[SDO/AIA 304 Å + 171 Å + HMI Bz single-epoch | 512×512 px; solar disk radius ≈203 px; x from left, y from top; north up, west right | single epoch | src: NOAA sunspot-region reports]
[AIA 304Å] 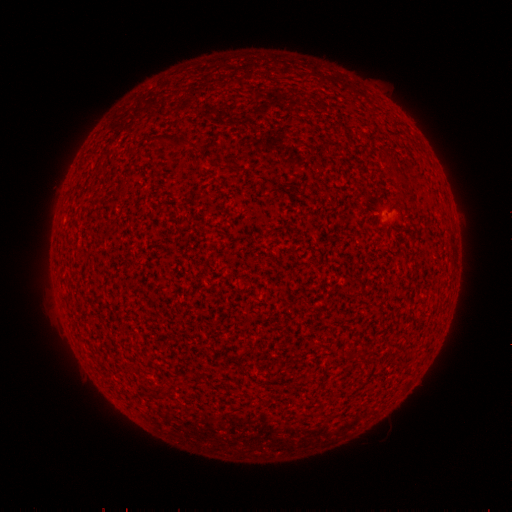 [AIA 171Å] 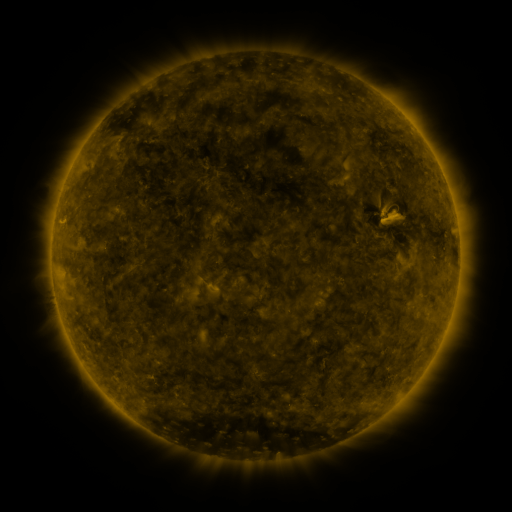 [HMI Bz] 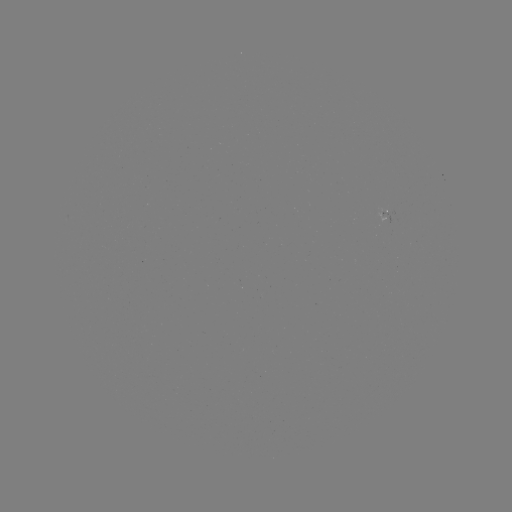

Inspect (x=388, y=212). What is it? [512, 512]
spotted active region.